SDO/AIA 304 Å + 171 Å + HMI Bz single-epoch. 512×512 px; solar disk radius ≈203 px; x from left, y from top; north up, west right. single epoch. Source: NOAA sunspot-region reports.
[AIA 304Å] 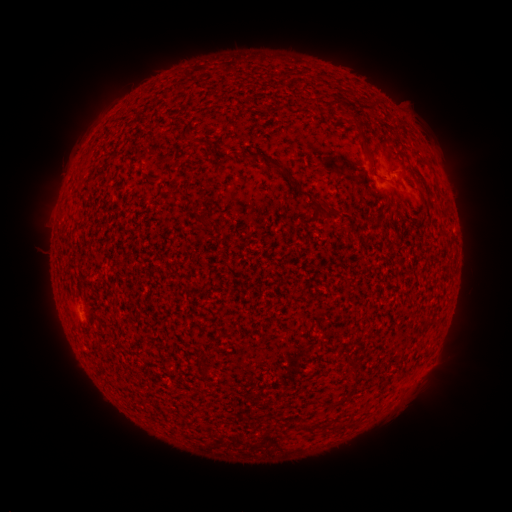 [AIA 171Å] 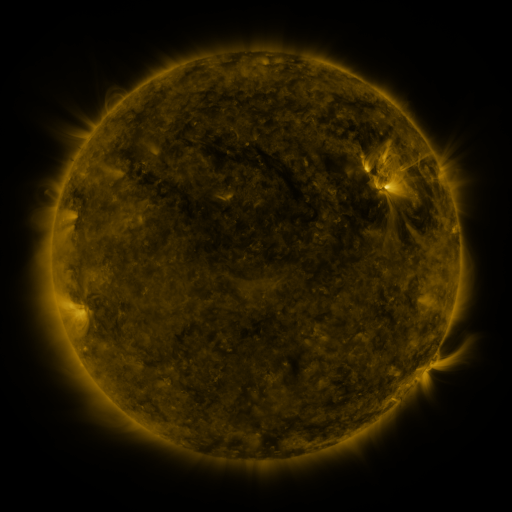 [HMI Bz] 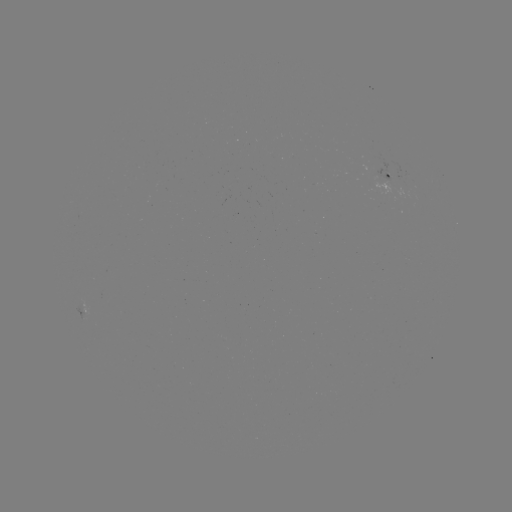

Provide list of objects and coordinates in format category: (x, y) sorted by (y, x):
spotted active region: (390, 176)
spotted active region: (88, 314)
